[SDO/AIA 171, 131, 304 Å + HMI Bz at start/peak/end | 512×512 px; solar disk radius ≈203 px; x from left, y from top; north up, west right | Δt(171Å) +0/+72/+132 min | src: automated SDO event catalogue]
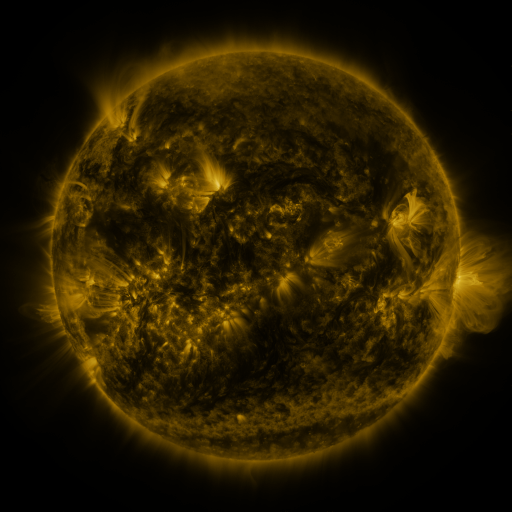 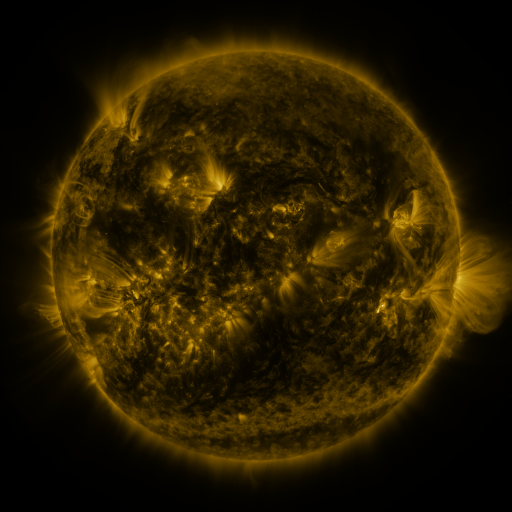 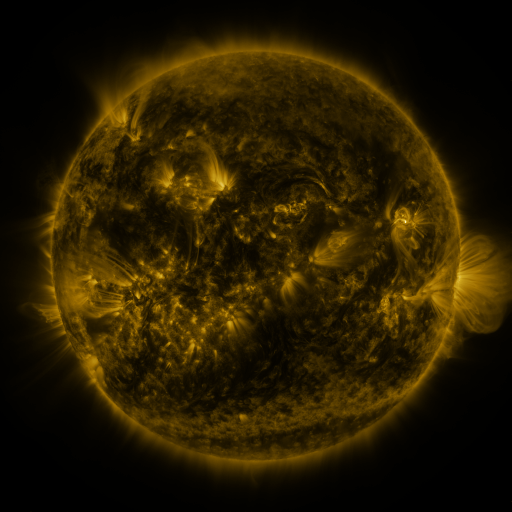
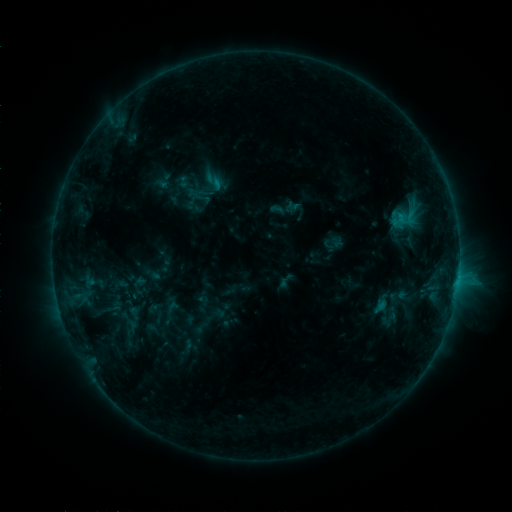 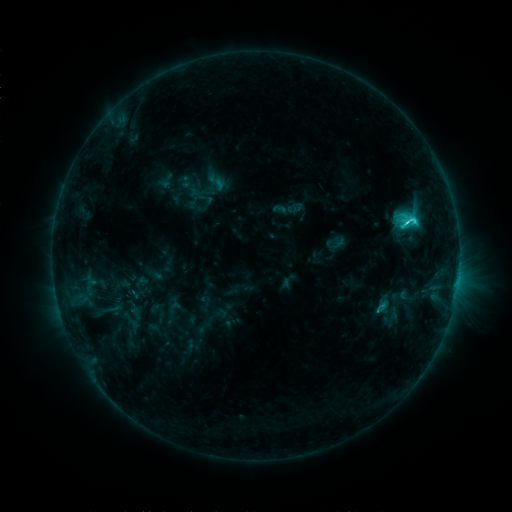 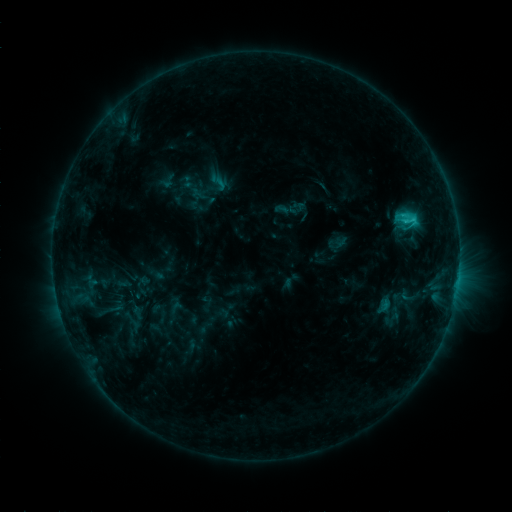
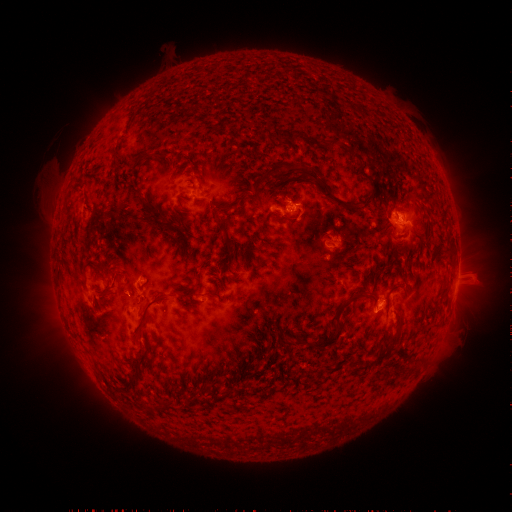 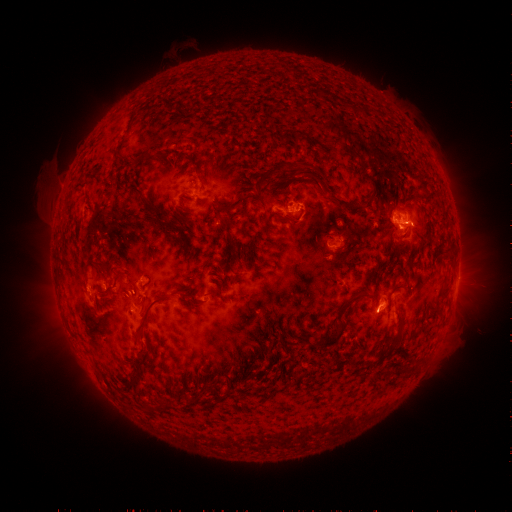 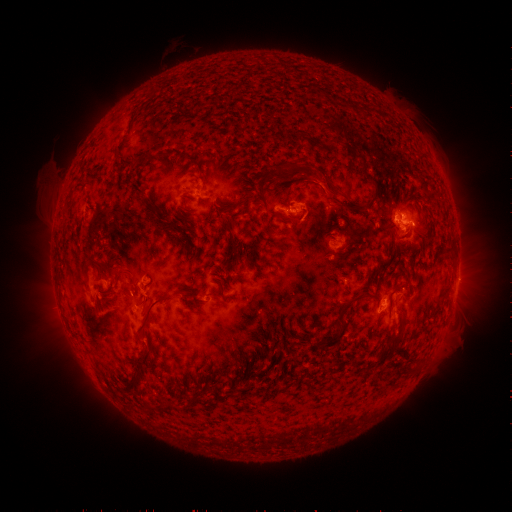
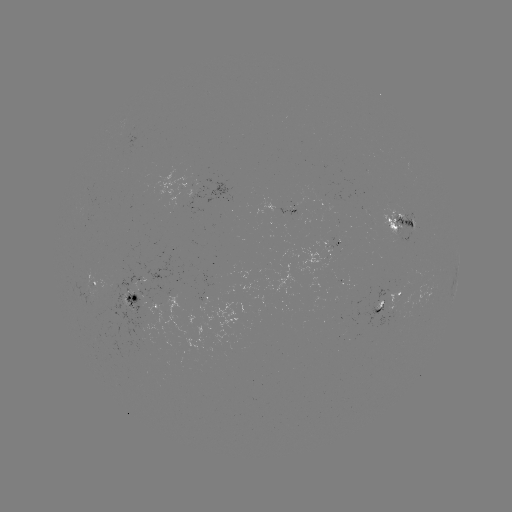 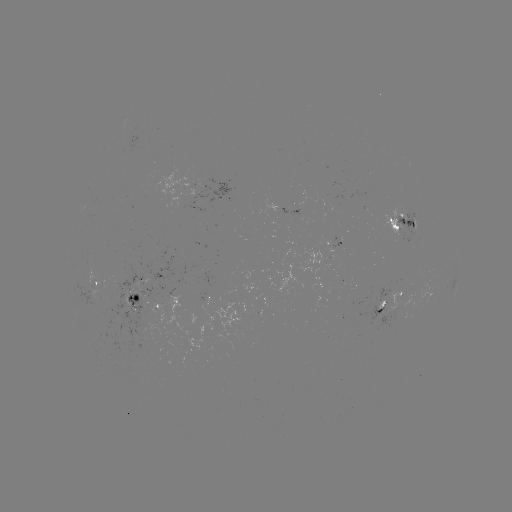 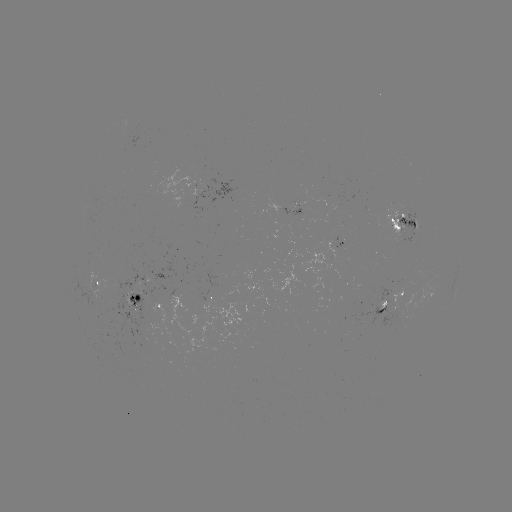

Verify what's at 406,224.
C3.4 flare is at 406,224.